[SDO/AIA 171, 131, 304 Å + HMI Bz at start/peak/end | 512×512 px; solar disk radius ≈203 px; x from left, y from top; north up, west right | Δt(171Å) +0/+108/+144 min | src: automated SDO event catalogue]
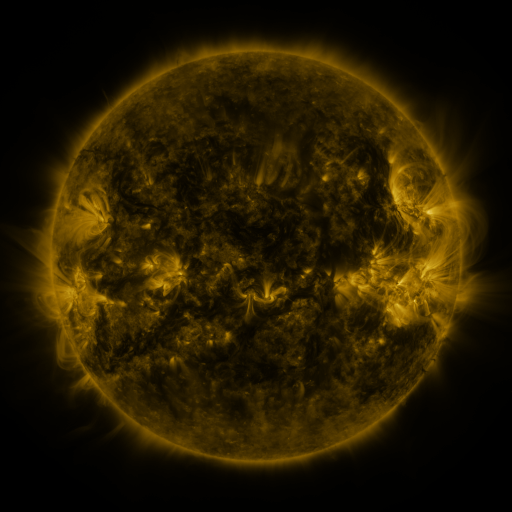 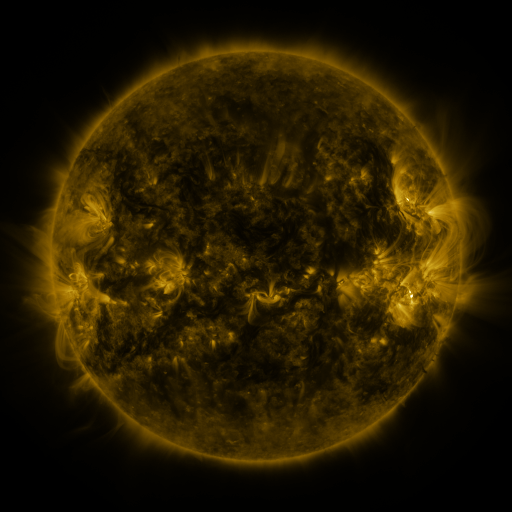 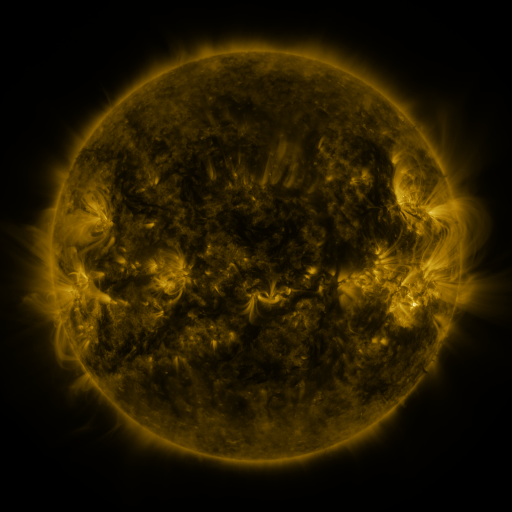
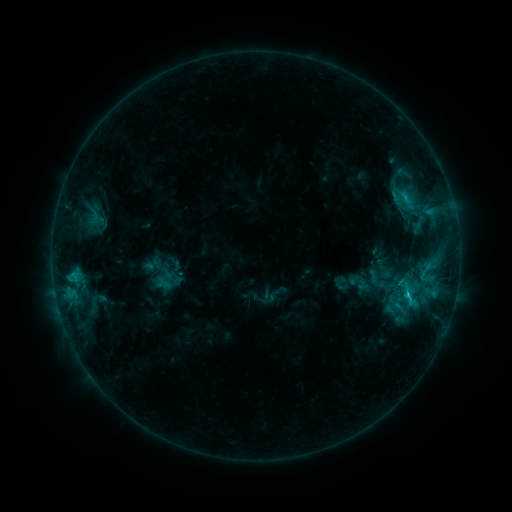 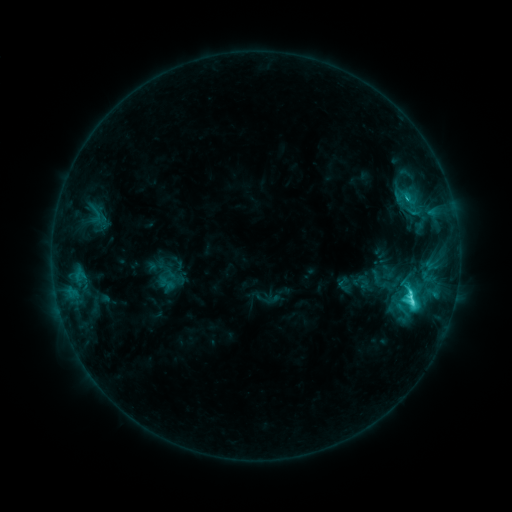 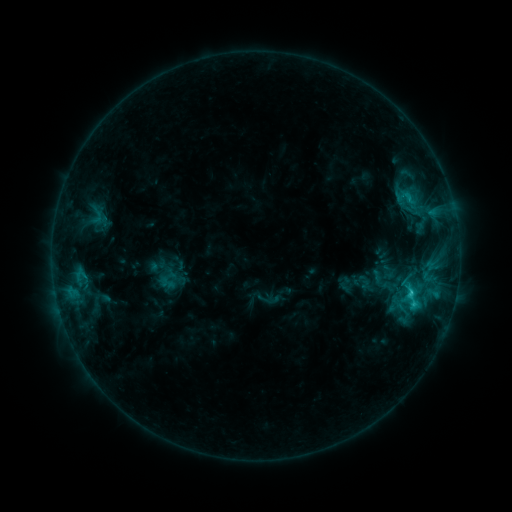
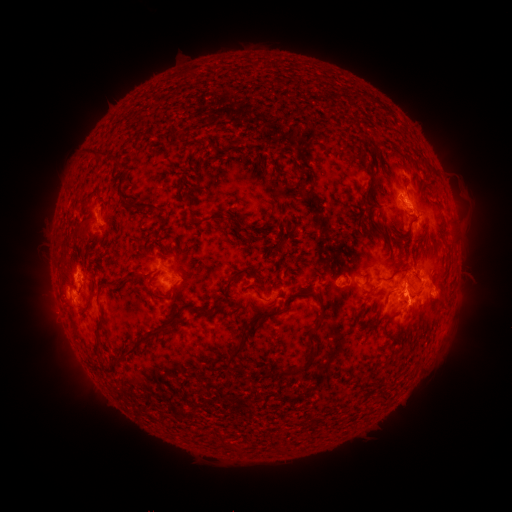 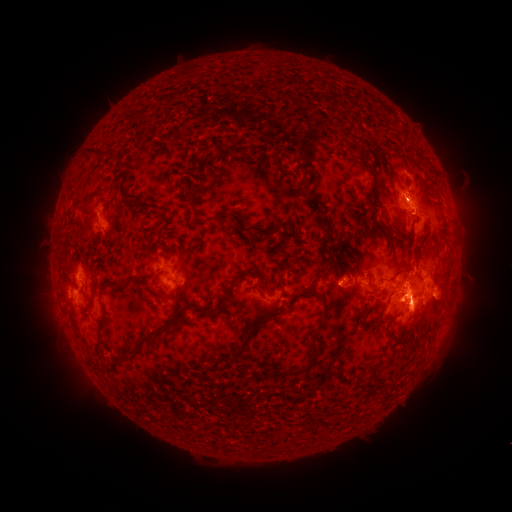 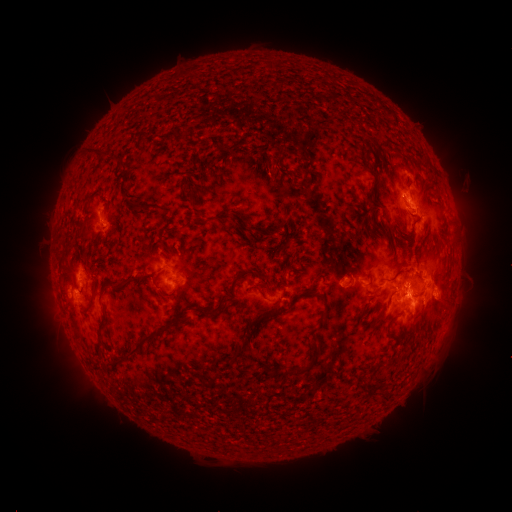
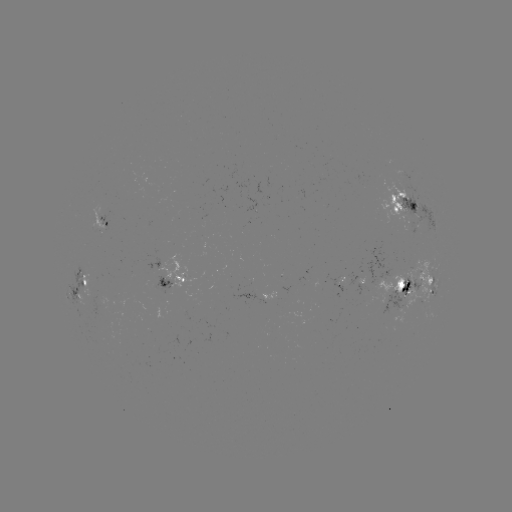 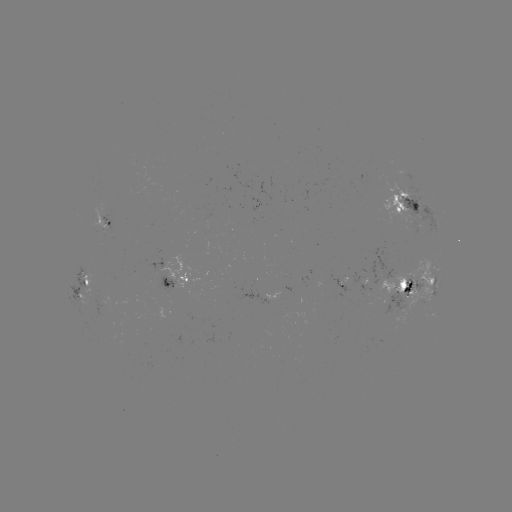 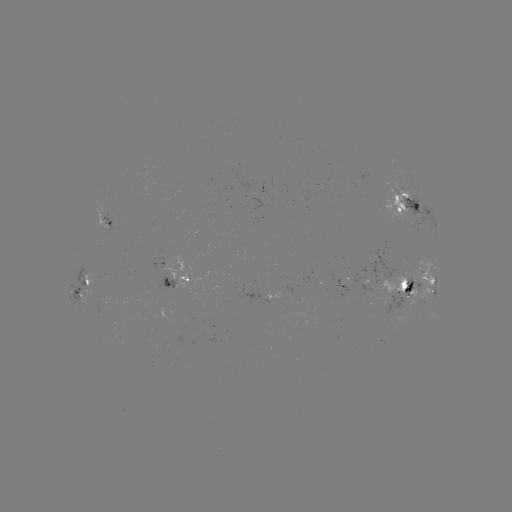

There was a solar emerging-flux region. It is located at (398, 195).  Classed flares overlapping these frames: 1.